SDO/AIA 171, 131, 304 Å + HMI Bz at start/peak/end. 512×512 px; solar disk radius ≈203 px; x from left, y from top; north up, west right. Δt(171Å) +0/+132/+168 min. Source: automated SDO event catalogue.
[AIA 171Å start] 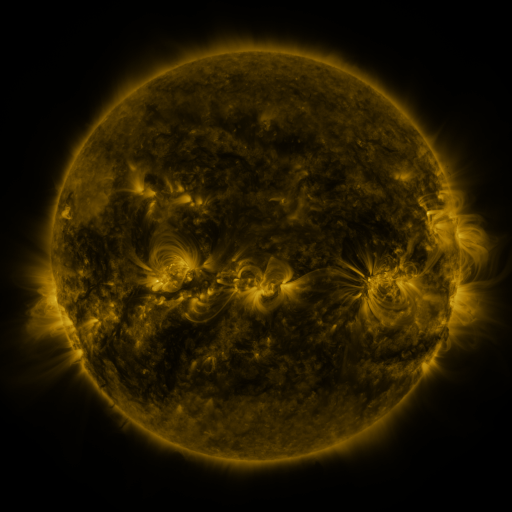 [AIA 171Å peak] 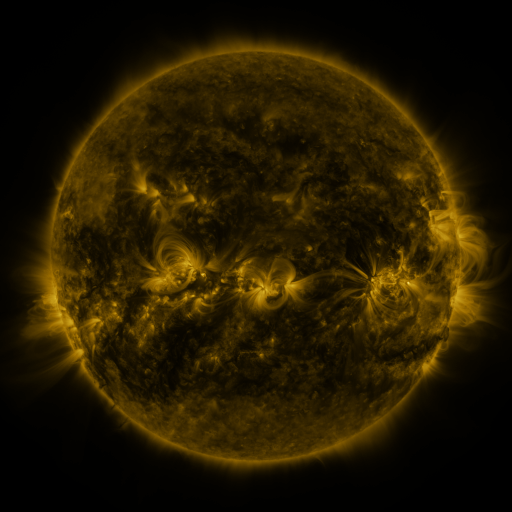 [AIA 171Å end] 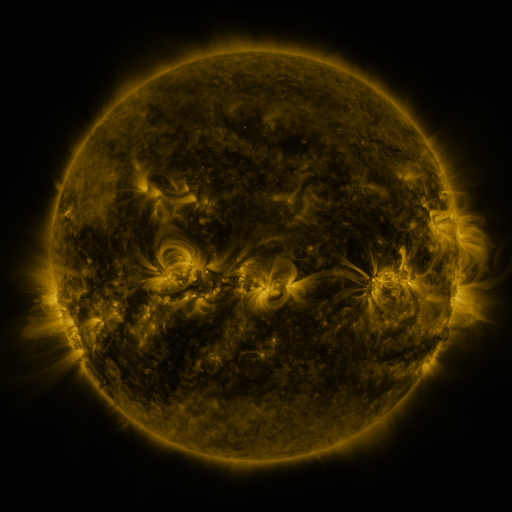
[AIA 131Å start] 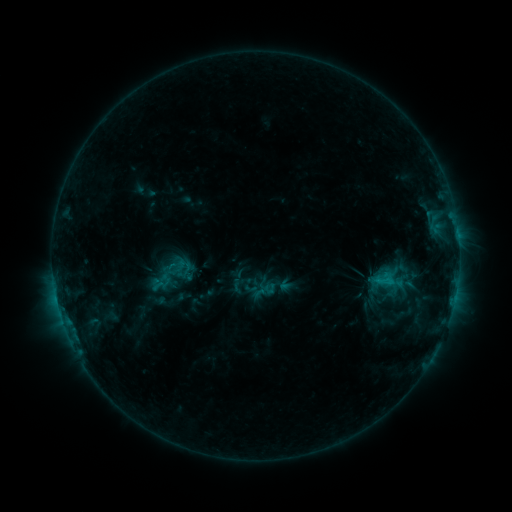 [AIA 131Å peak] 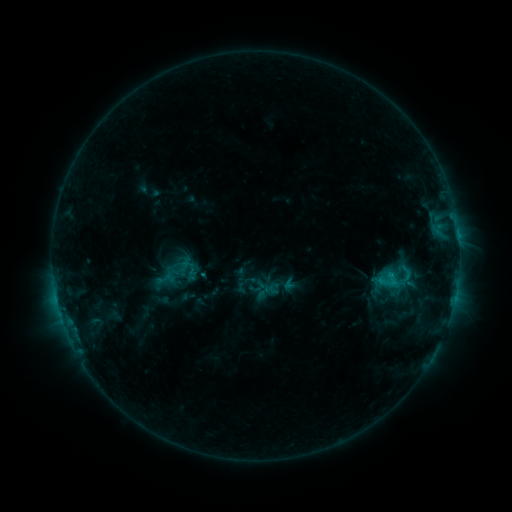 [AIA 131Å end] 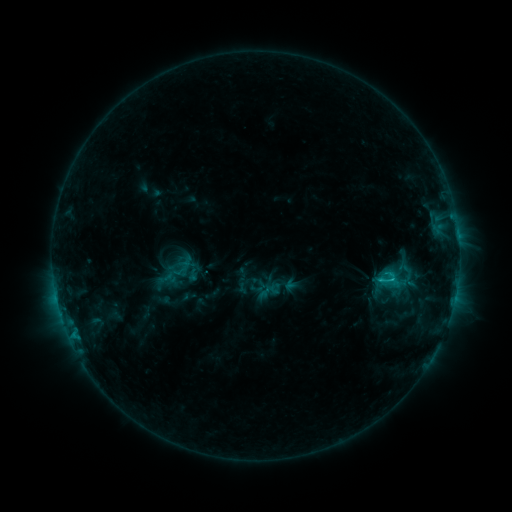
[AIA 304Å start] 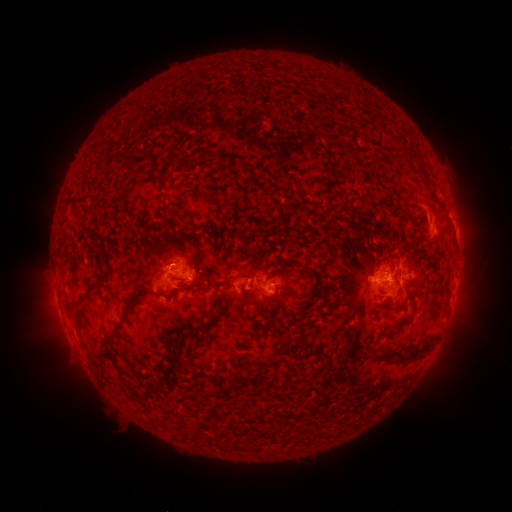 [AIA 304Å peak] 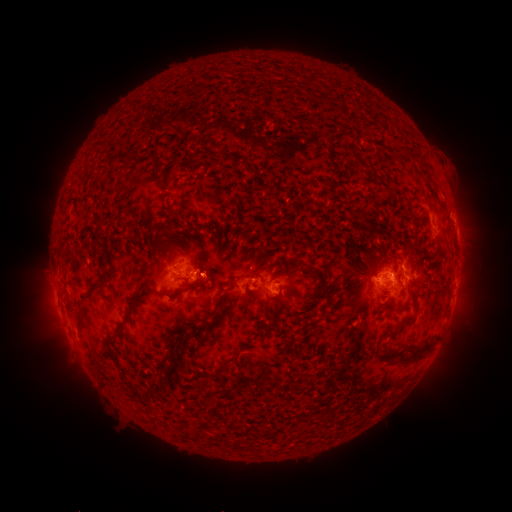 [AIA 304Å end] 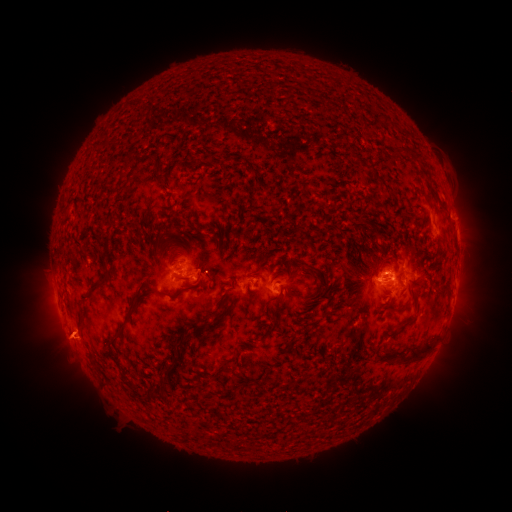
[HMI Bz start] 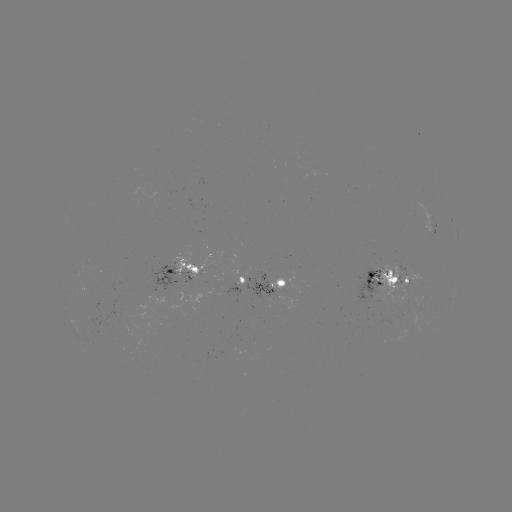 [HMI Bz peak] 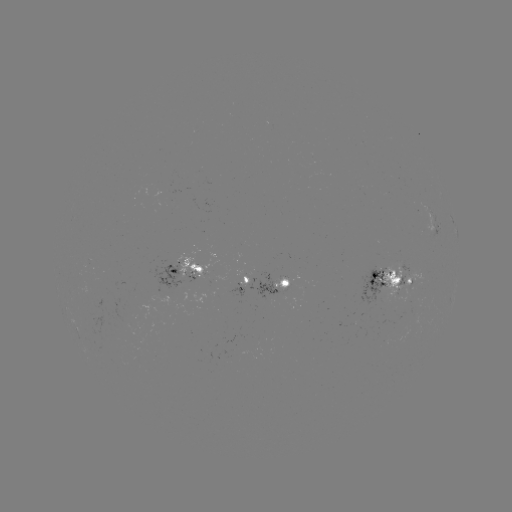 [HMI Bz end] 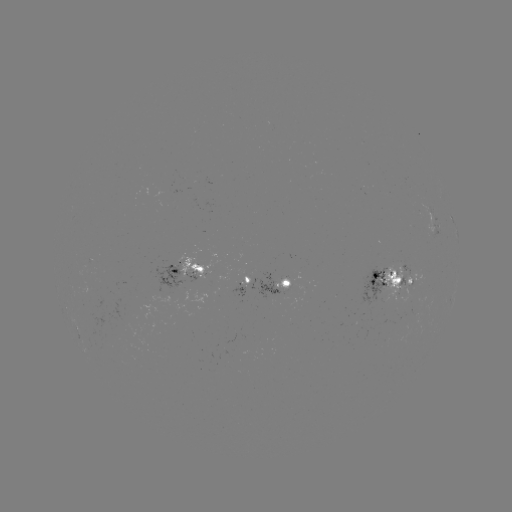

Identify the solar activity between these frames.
emerging-flux region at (283, 288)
